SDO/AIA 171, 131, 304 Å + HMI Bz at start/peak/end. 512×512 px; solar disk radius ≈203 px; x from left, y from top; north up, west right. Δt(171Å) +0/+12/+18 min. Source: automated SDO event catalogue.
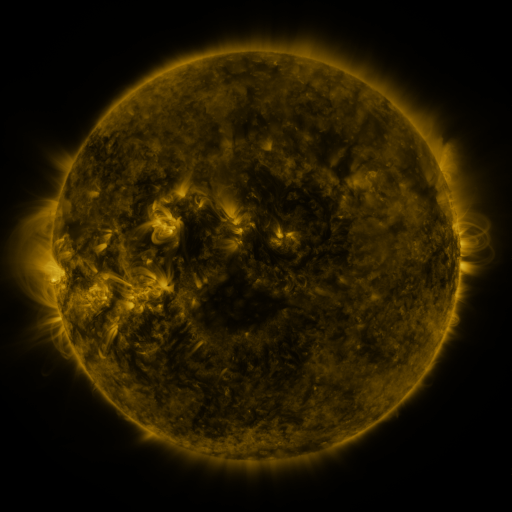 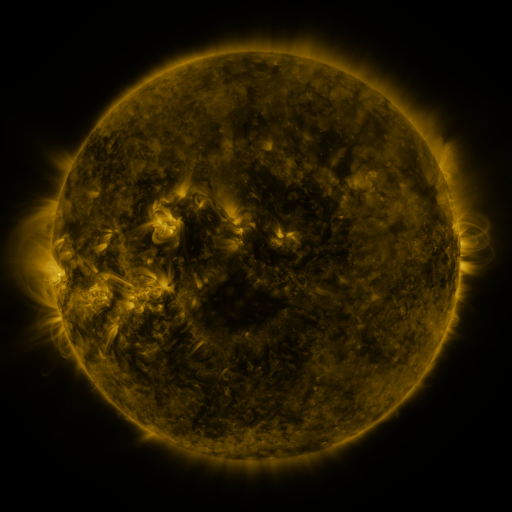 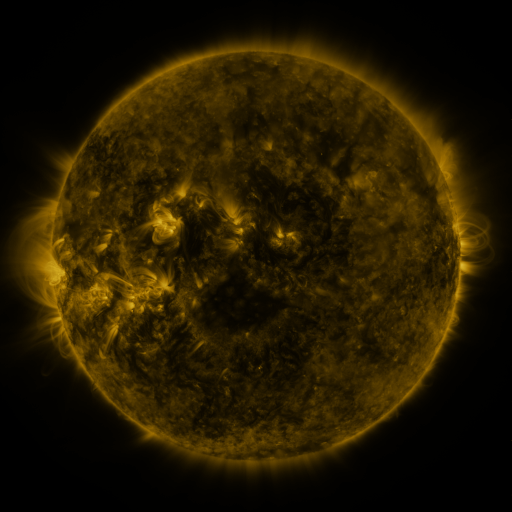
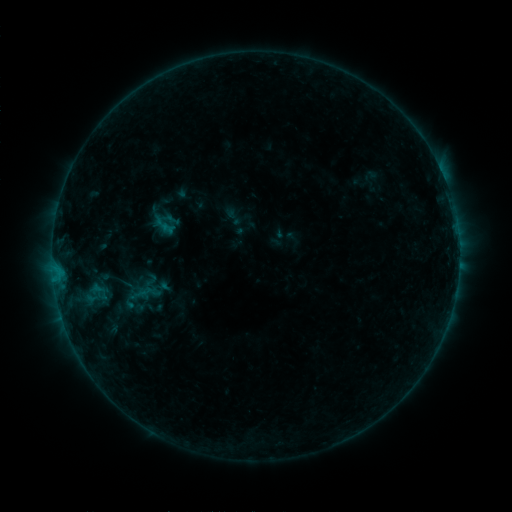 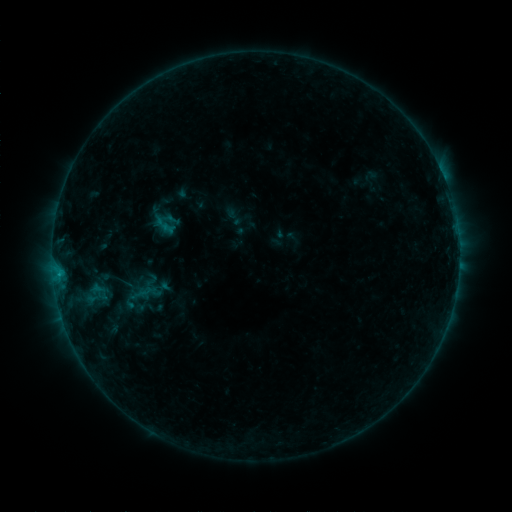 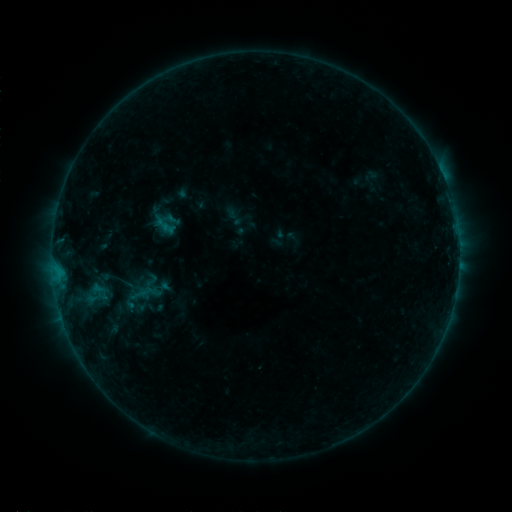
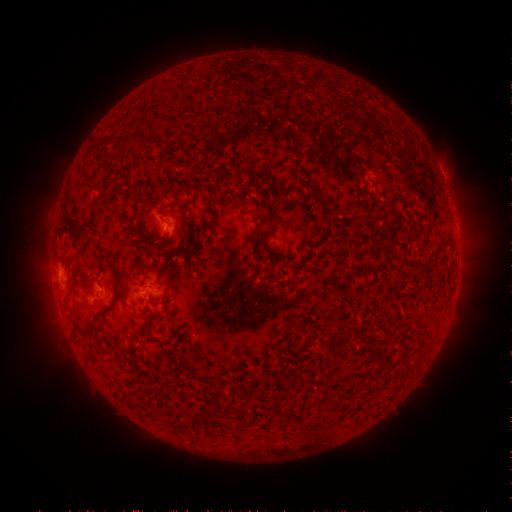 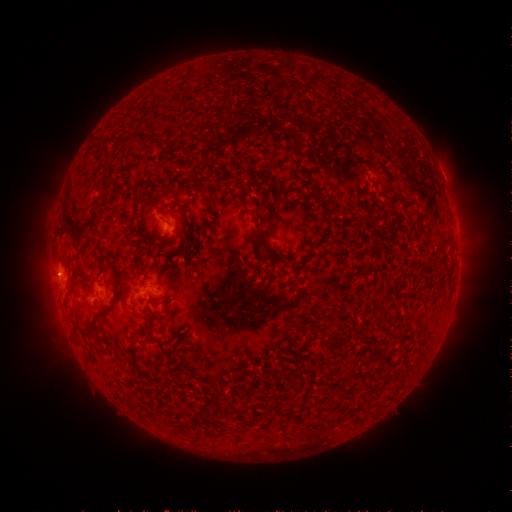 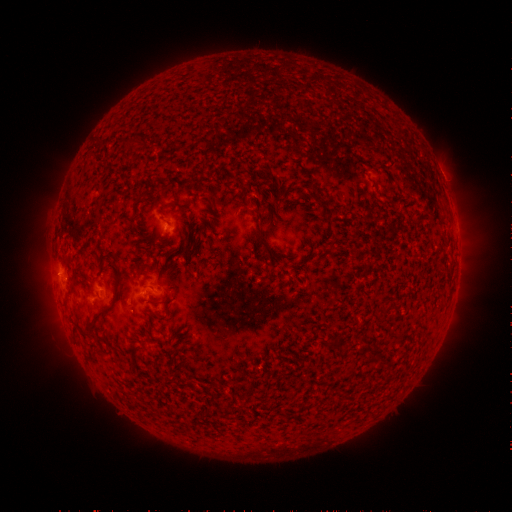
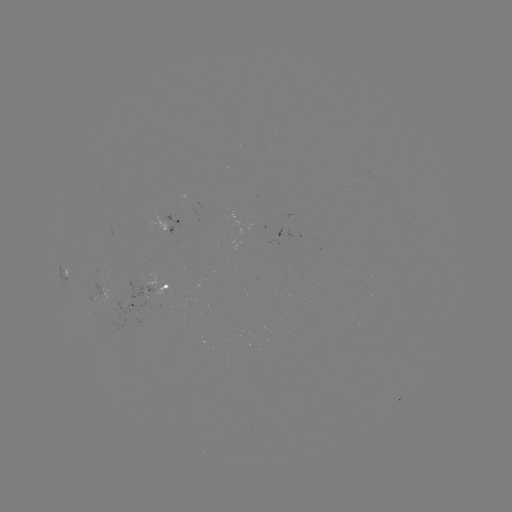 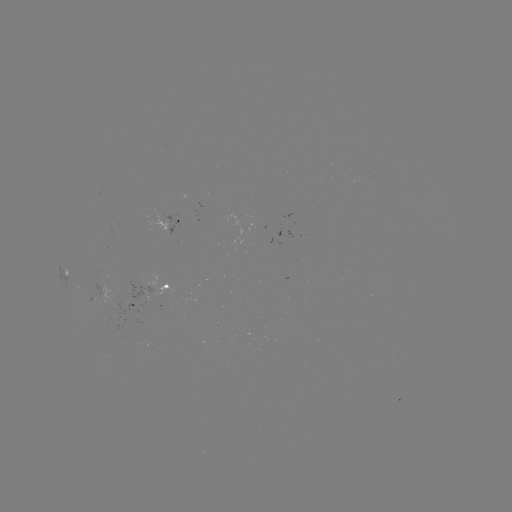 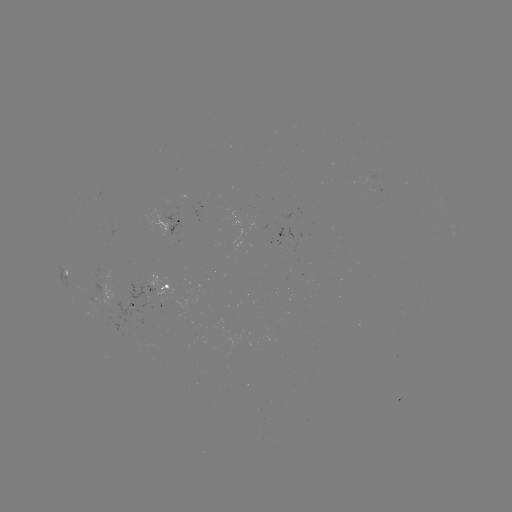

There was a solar flare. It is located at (60, 273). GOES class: B3.4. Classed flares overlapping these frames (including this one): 1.